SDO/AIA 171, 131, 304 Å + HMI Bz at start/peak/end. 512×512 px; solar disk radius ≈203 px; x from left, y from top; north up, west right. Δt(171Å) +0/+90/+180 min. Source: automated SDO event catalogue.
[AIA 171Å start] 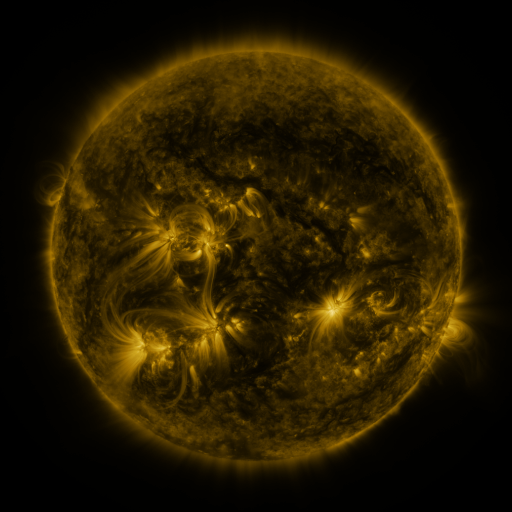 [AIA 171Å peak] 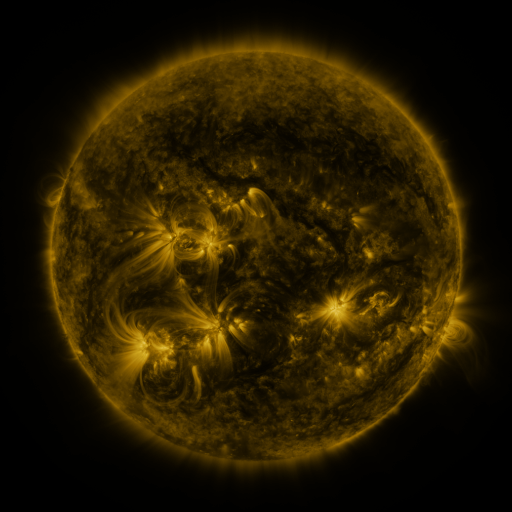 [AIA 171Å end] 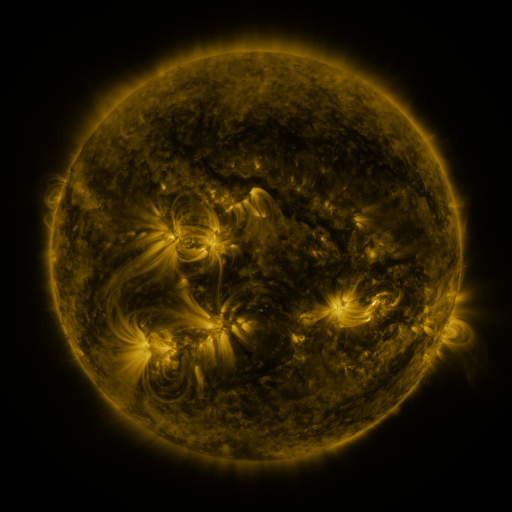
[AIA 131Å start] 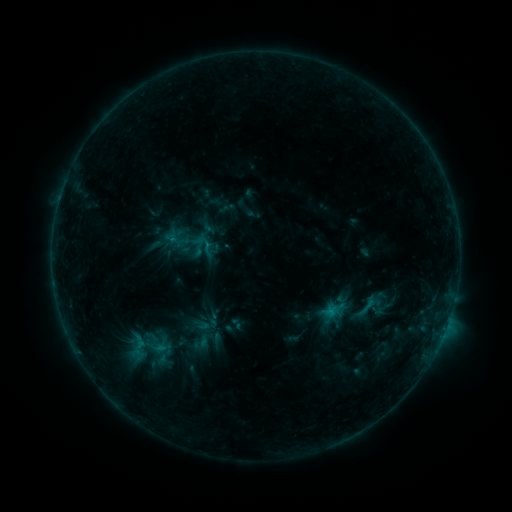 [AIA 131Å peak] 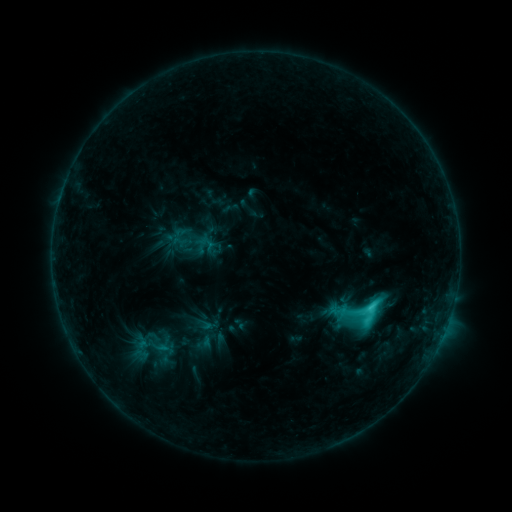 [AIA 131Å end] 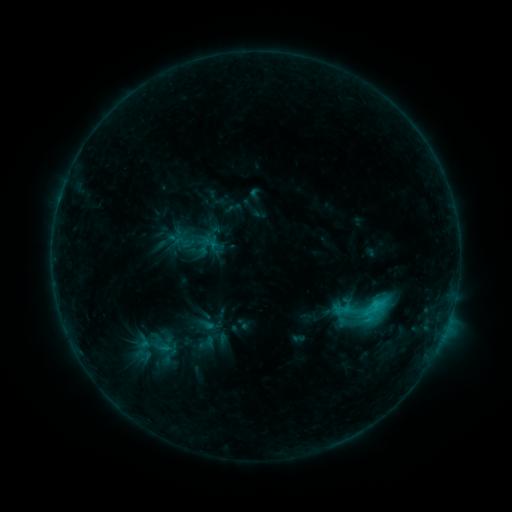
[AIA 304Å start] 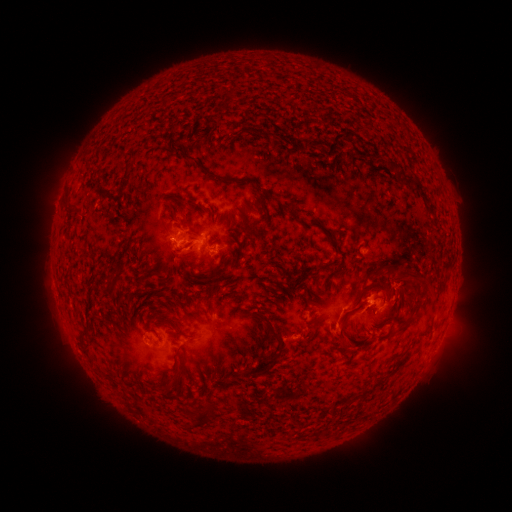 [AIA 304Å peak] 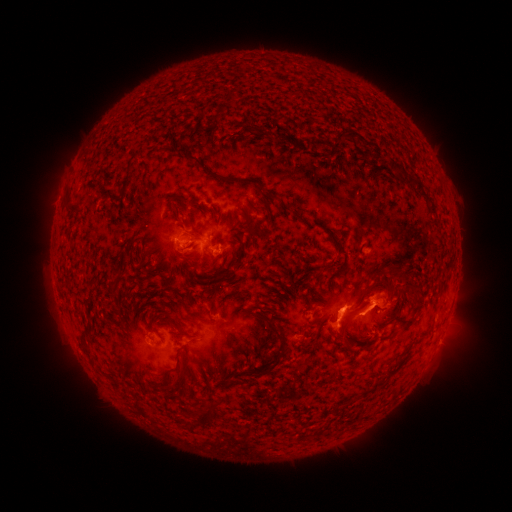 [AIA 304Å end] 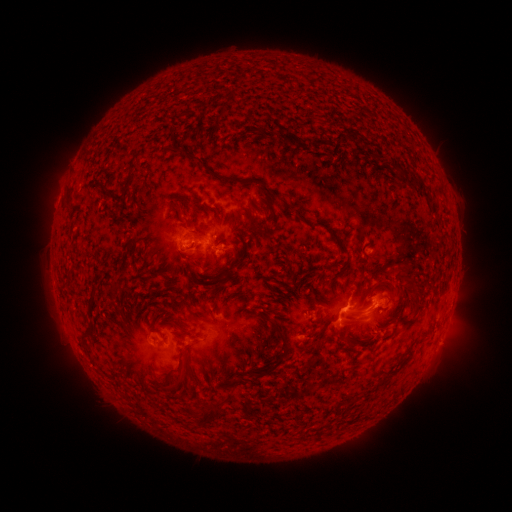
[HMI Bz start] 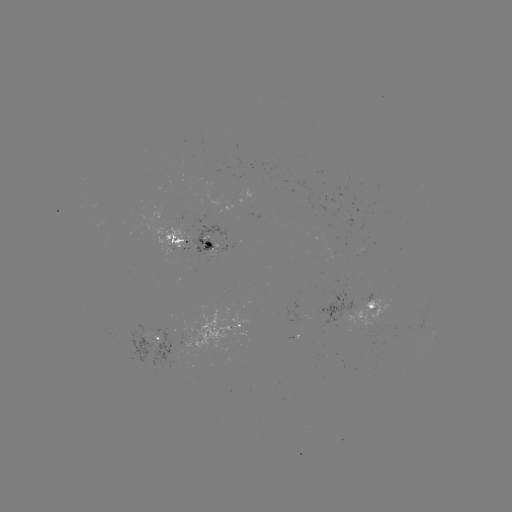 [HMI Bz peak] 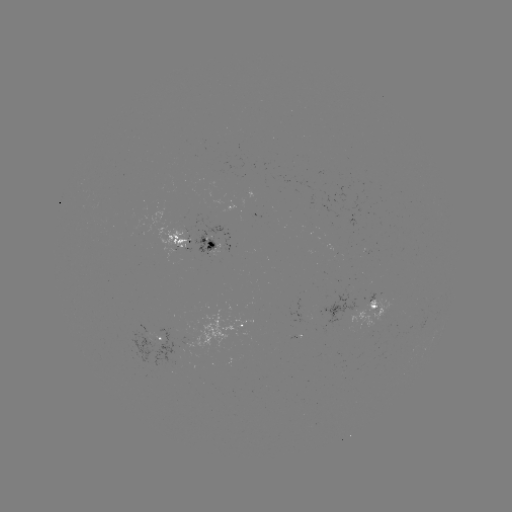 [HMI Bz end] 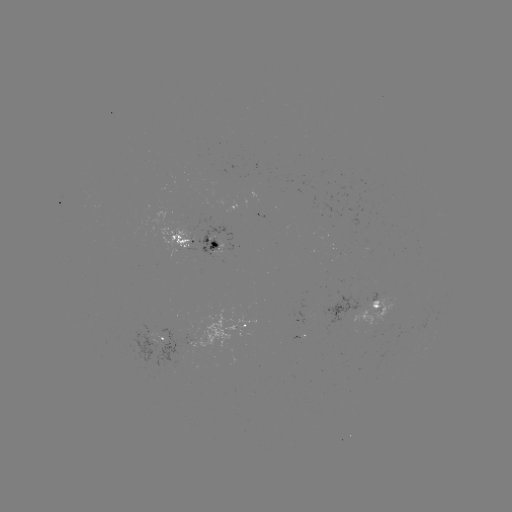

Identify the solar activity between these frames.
C4.4 flare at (368, 306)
